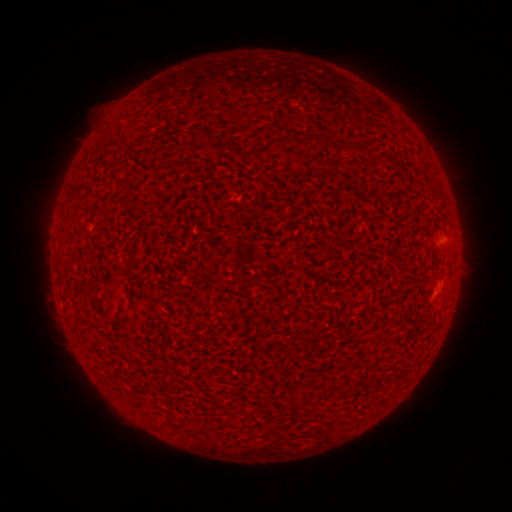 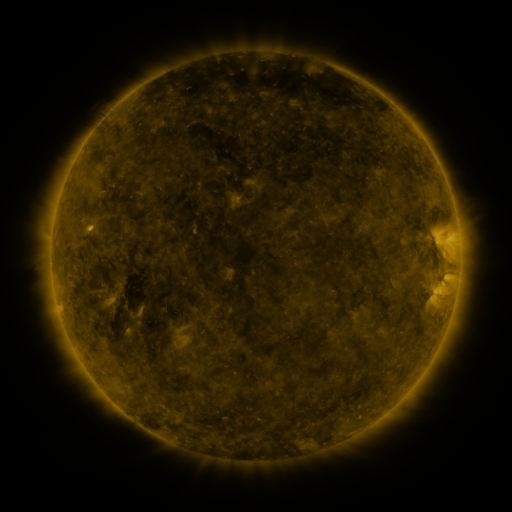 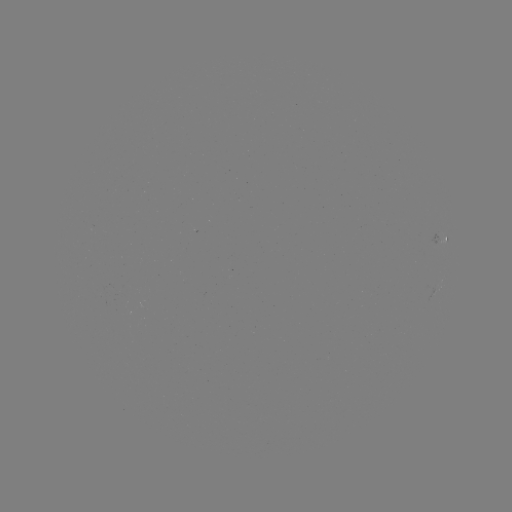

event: spotted active region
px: (442, 237)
